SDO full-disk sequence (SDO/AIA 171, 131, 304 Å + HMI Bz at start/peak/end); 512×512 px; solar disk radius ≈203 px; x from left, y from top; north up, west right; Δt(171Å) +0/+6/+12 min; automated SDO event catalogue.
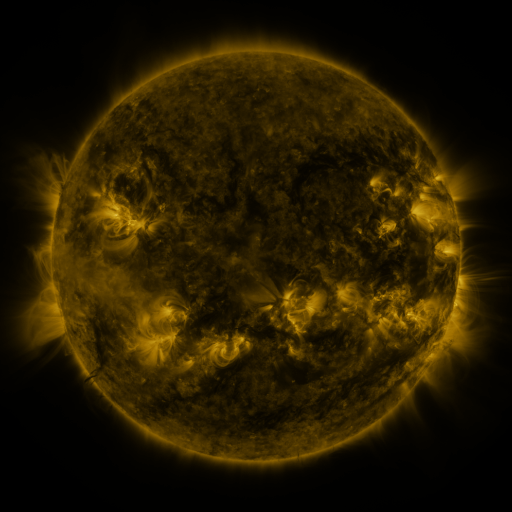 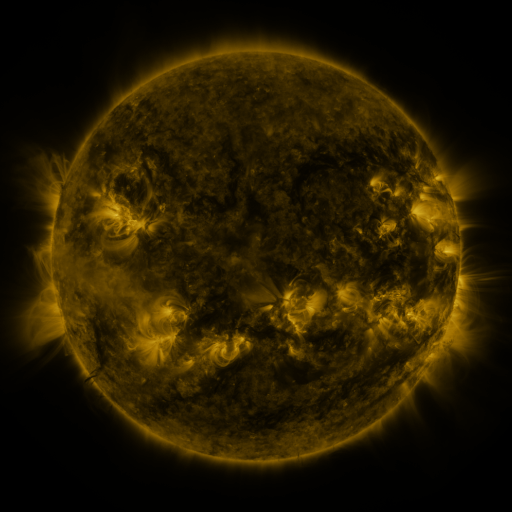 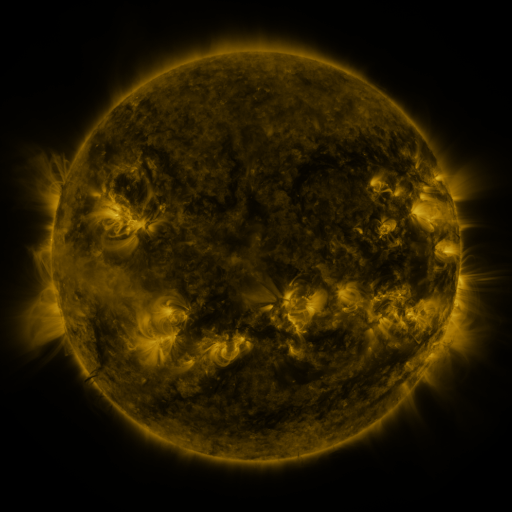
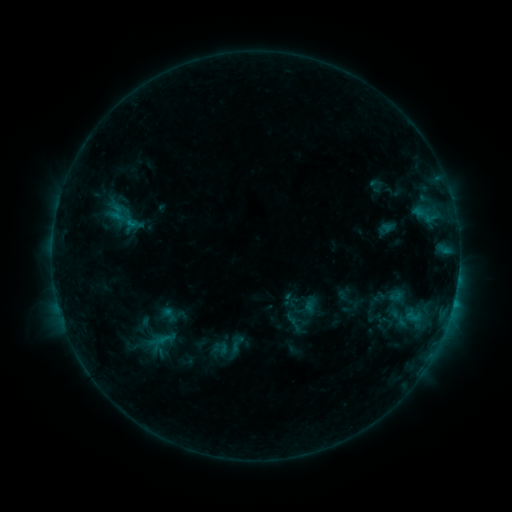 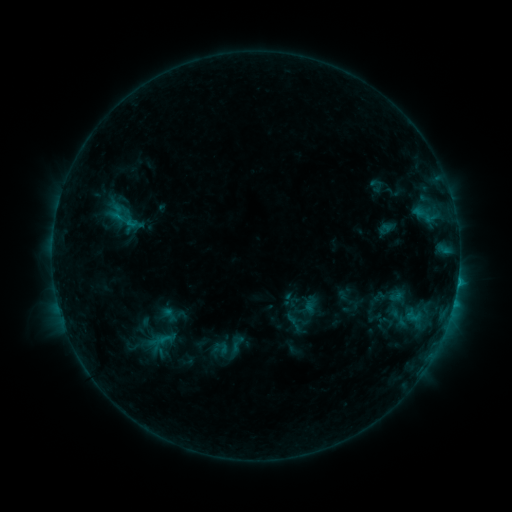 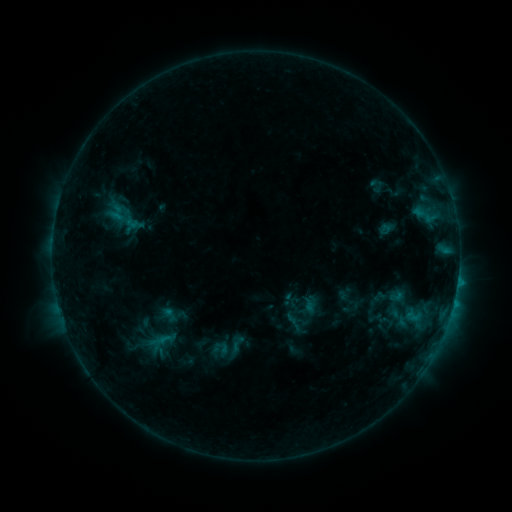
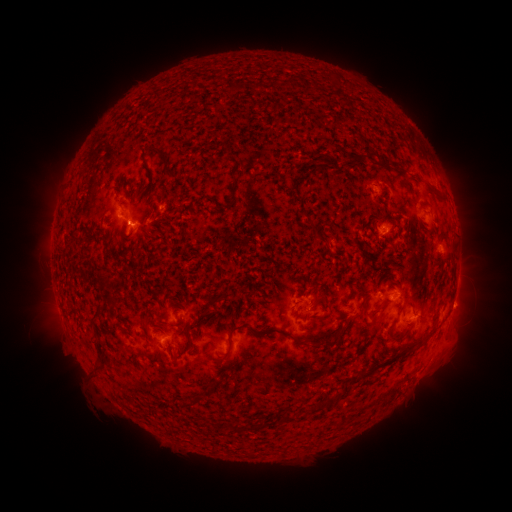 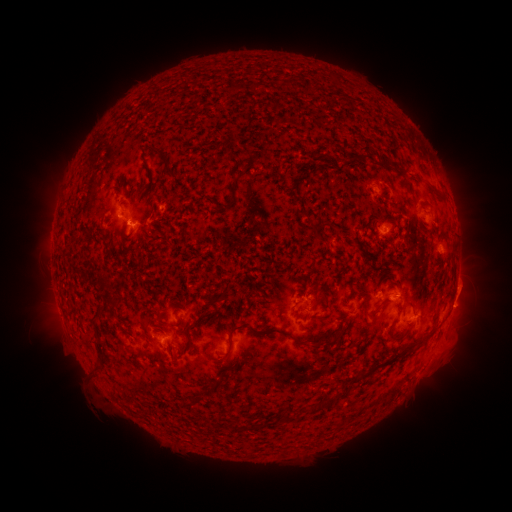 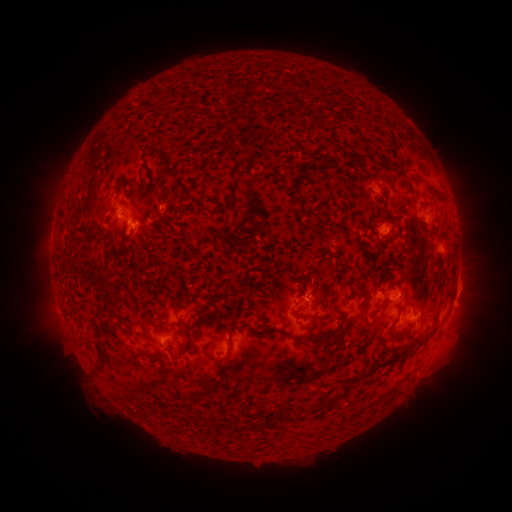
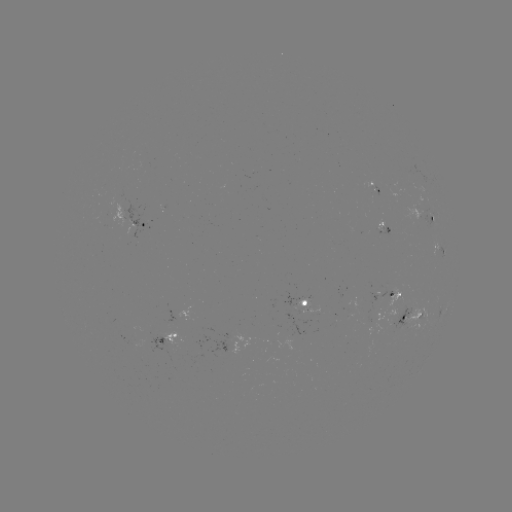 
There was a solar eruption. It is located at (469, 288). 